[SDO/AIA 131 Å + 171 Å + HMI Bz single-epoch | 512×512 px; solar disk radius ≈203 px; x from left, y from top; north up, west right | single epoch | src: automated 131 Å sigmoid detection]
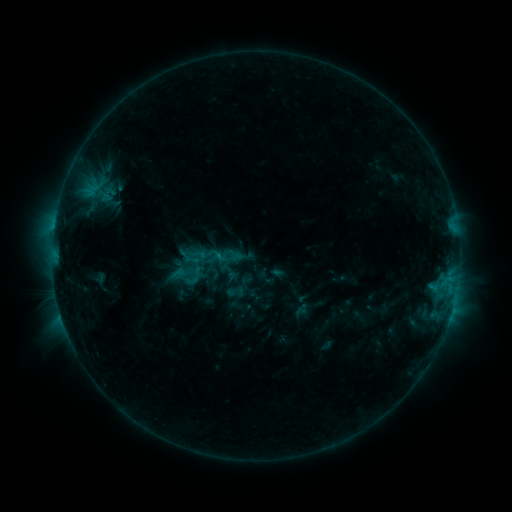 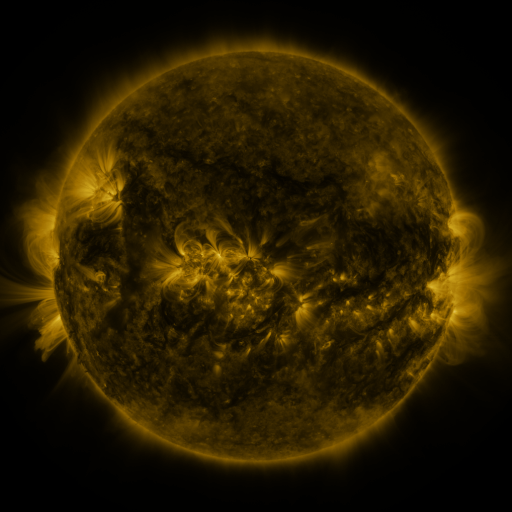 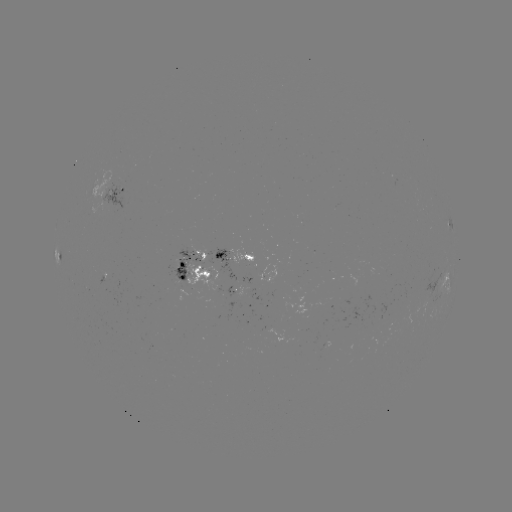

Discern sigmoid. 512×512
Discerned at (231, 255).